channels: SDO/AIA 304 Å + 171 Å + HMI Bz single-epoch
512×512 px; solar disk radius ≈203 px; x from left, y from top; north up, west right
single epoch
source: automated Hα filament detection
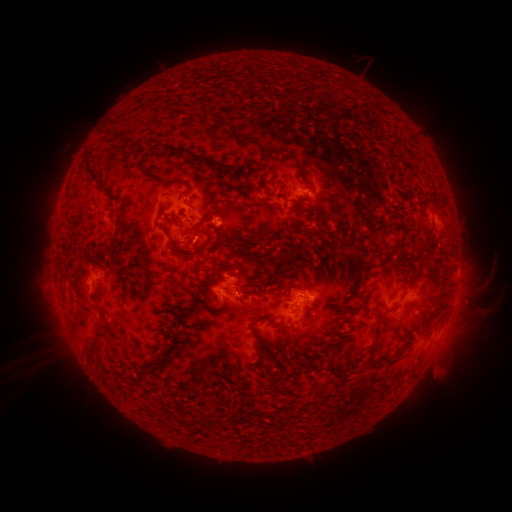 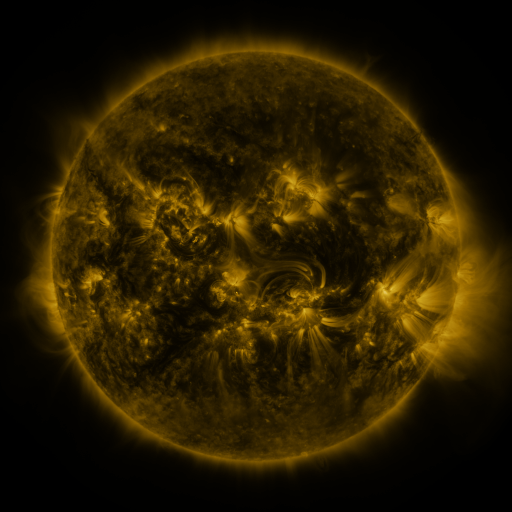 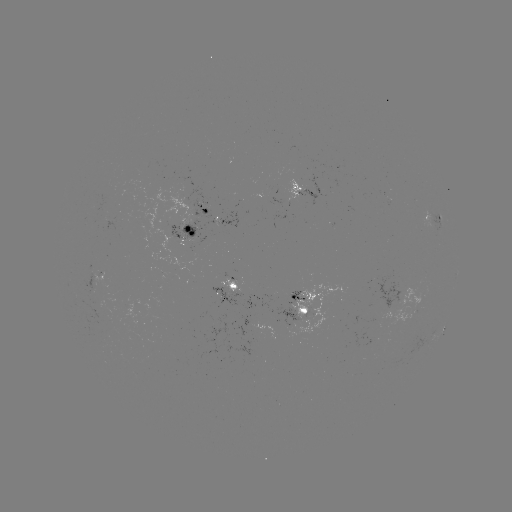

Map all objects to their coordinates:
filament: [244, 135, 253, 144]
filament: [407, 136, 416, 146]
filament: [141, 137, 161, 151]
filament: [193, 154, 232, 177]
filament: [82, 155, 105, 188]
filament: [283, 155, 302, 166]
filament: [110, 235, 120, 248]
filament: [167, 235, 182, 246]
filament: [169, 245, 207, 260]
filament: [227, 283, 237, 291]
filament: [275, 284, 291, 293]
filament: [372, 315, 385, 333]
filament: [248, 318, 261, 331]
filament: [85, 322, 107, 361]
filament: [253, 345, 264, 370]
filament: [365, 345, 377, 365]
filament: [163, 354, 174, 362]
filament: [379, 357, 401, 367]
filament: [127, 371, 142, 384]
